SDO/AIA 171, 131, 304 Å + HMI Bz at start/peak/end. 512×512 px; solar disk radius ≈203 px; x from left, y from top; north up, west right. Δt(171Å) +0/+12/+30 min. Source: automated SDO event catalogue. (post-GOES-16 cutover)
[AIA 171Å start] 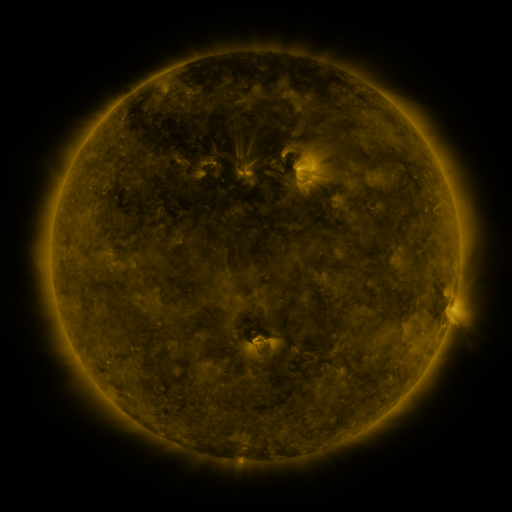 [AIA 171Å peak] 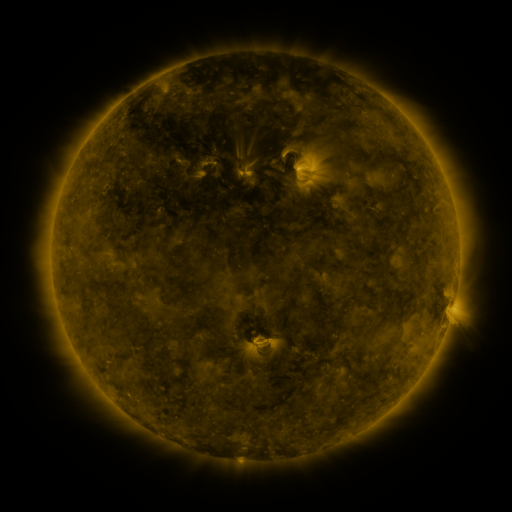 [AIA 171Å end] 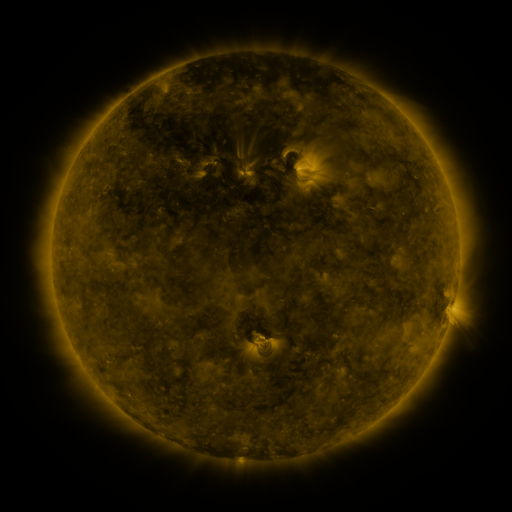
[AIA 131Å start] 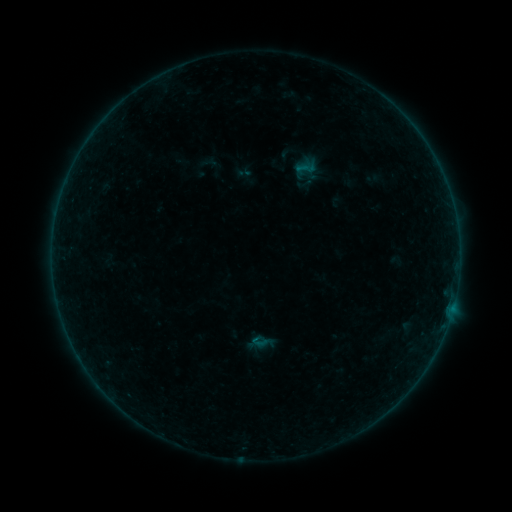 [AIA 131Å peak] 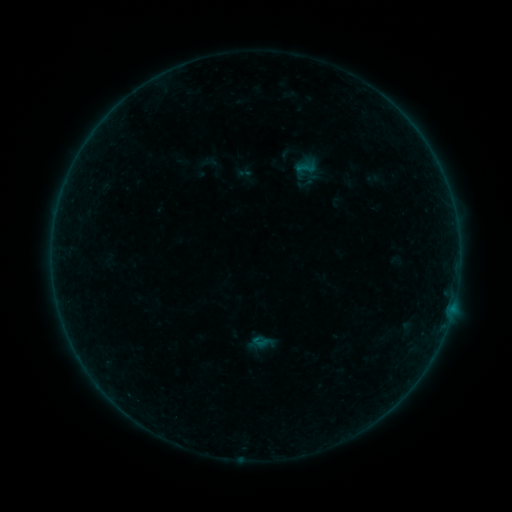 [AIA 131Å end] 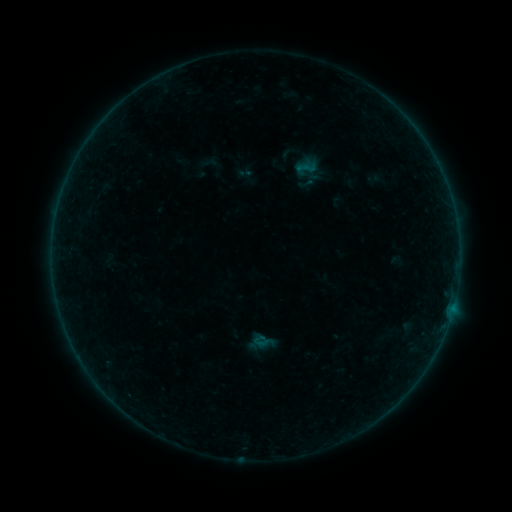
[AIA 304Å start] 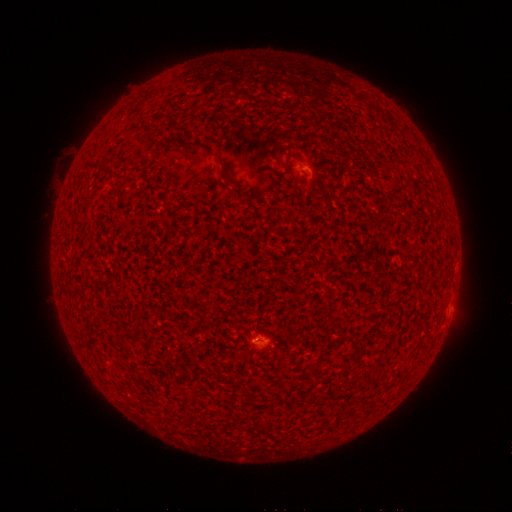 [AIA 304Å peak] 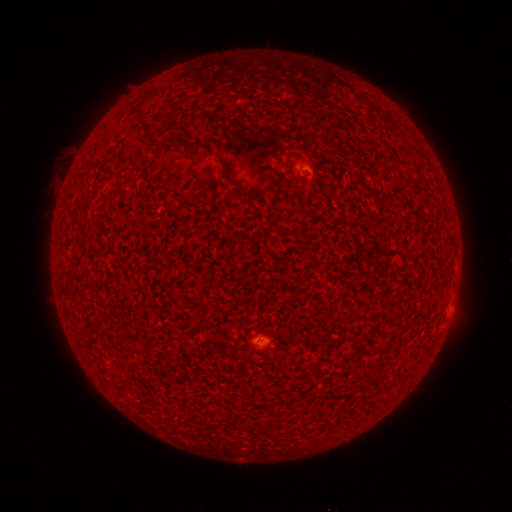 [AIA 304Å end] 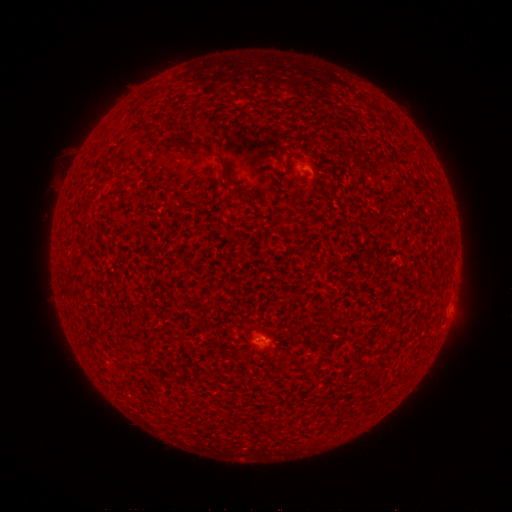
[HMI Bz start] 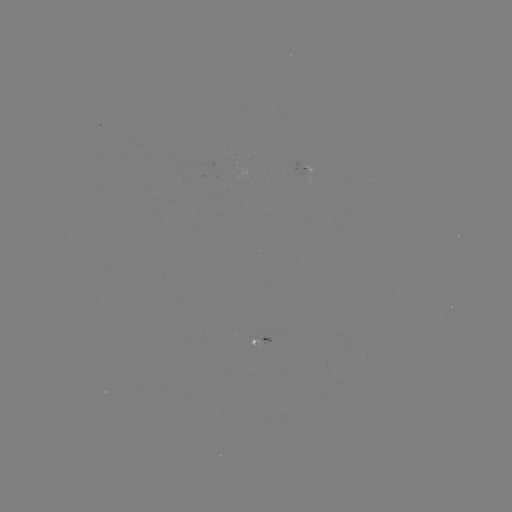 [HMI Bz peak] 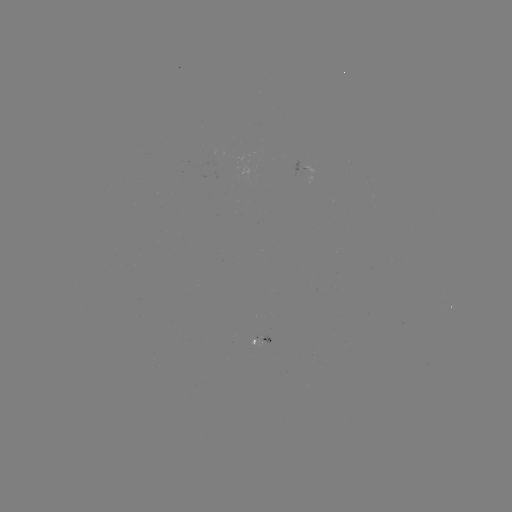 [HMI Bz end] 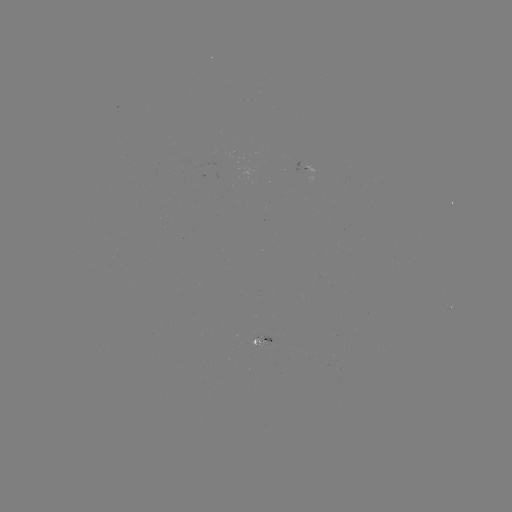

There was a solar flare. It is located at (256, 338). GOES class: B1.2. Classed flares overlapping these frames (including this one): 1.